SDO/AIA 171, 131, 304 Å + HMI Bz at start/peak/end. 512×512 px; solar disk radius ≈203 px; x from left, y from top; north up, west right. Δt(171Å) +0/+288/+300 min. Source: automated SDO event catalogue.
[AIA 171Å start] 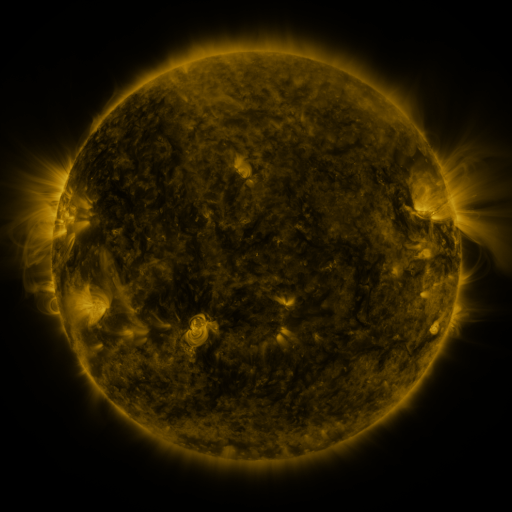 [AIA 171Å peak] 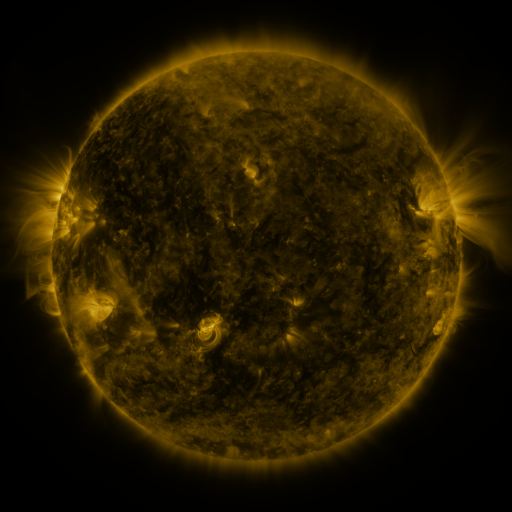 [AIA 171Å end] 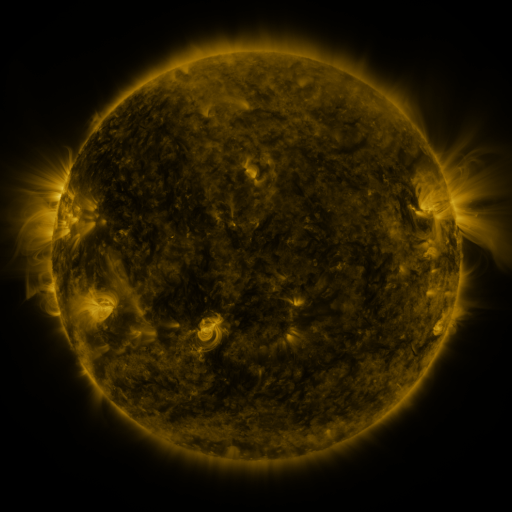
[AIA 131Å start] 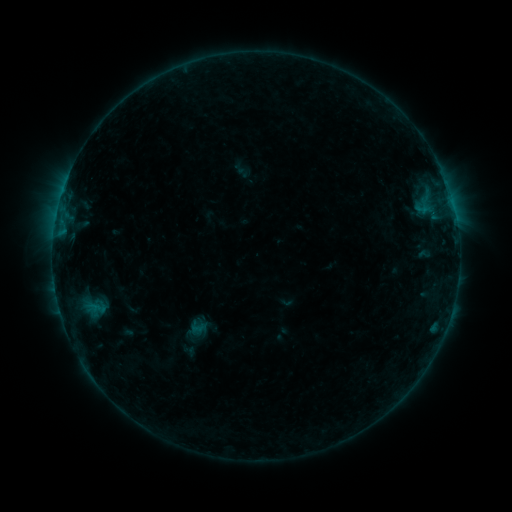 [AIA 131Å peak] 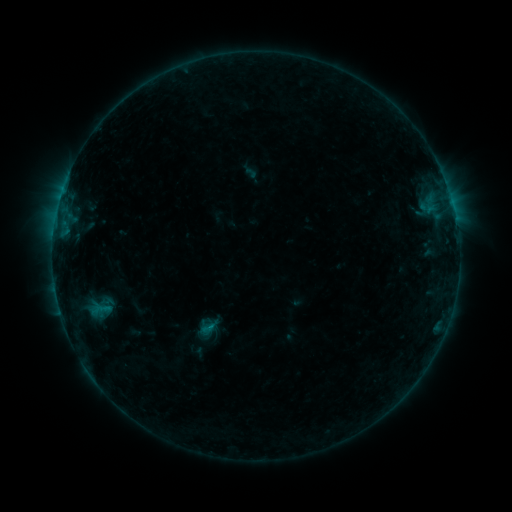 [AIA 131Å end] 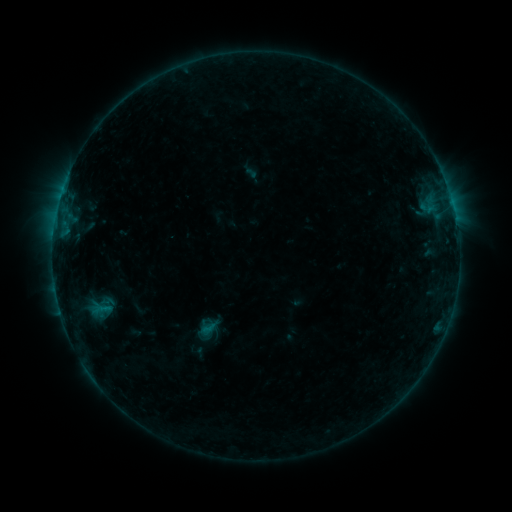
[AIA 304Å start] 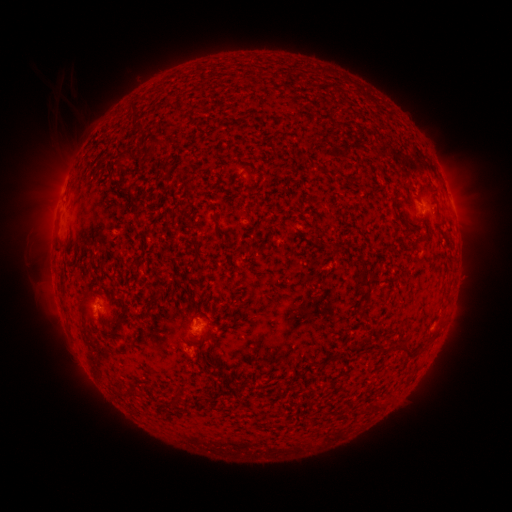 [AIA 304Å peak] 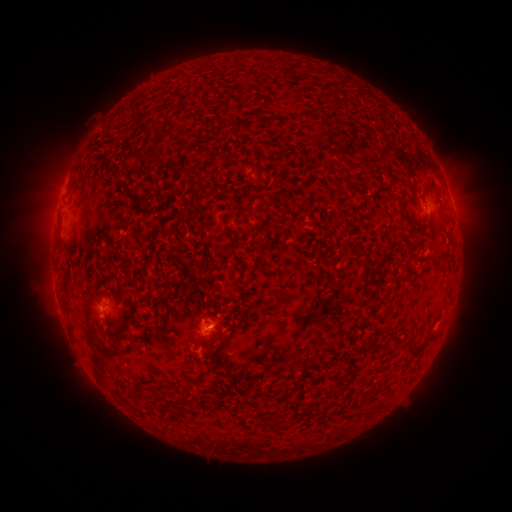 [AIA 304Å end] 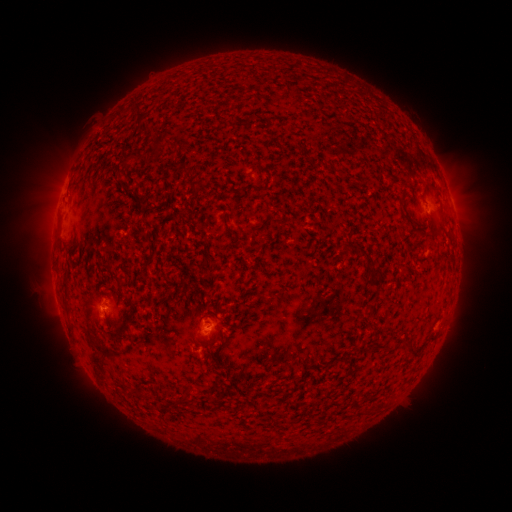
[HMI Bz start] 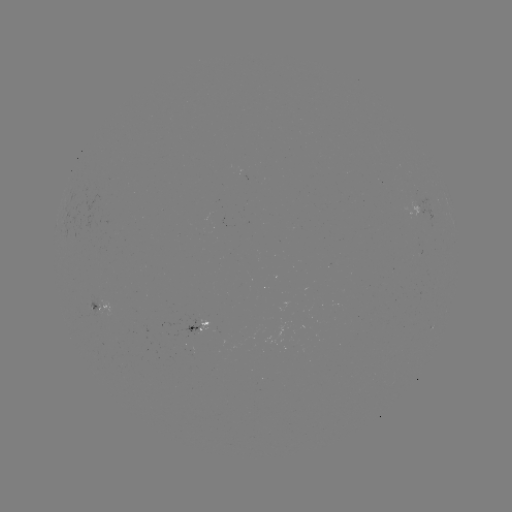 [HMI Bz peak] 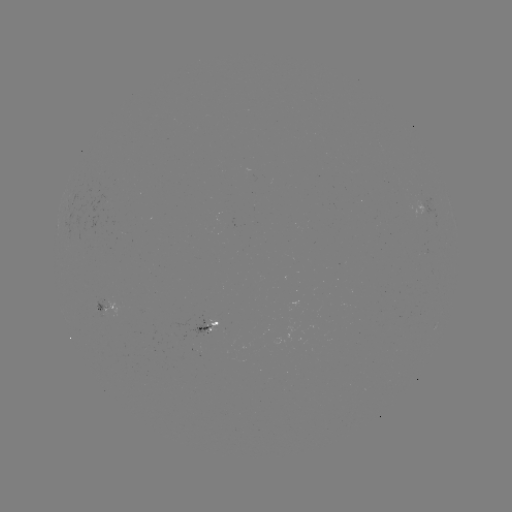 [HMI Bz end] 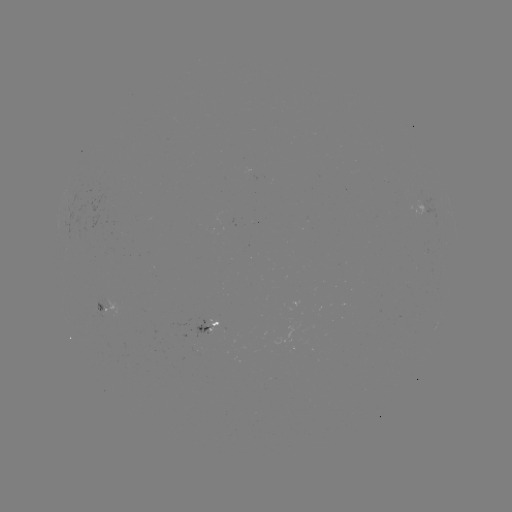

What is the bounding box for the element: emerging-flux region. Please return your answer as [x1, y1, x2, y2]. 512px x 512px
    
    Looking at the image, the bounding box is [186, 317, 212, 337].